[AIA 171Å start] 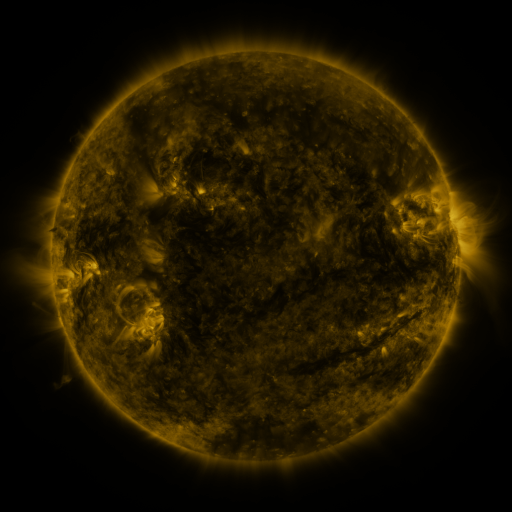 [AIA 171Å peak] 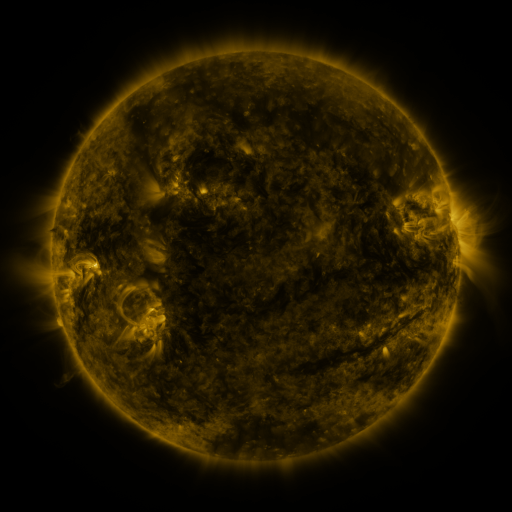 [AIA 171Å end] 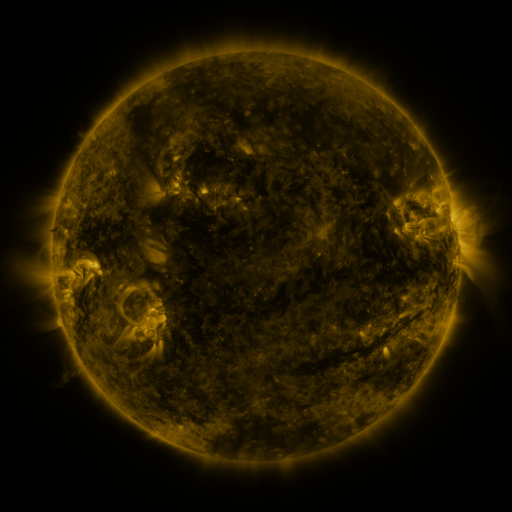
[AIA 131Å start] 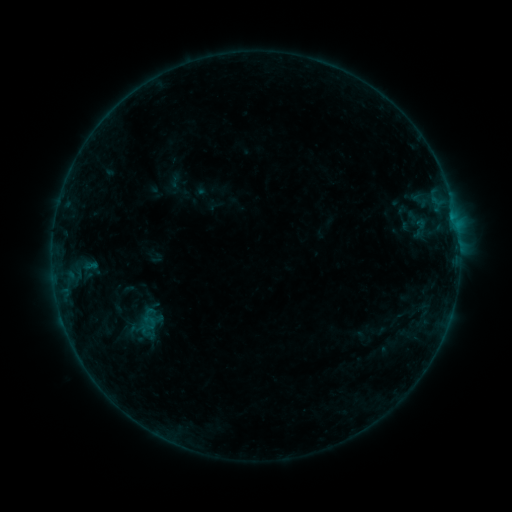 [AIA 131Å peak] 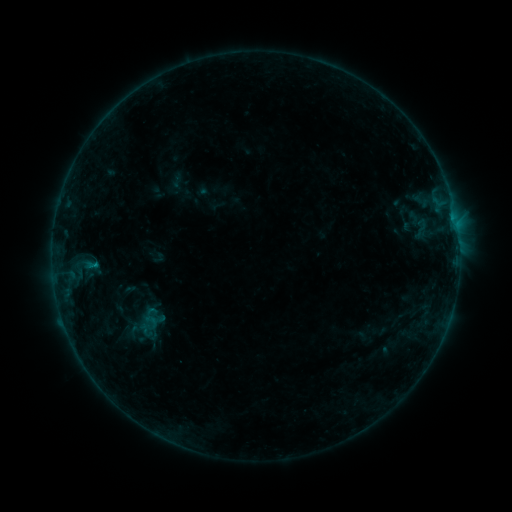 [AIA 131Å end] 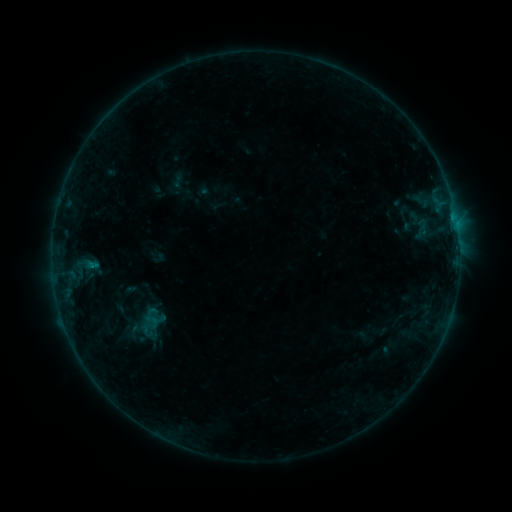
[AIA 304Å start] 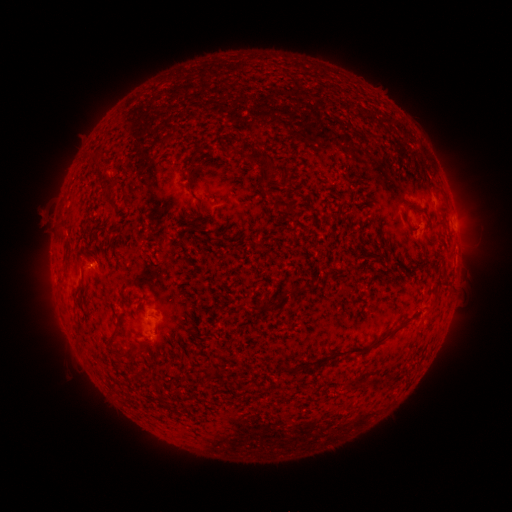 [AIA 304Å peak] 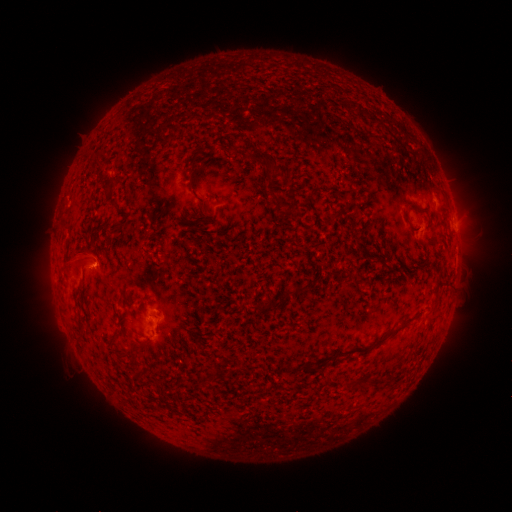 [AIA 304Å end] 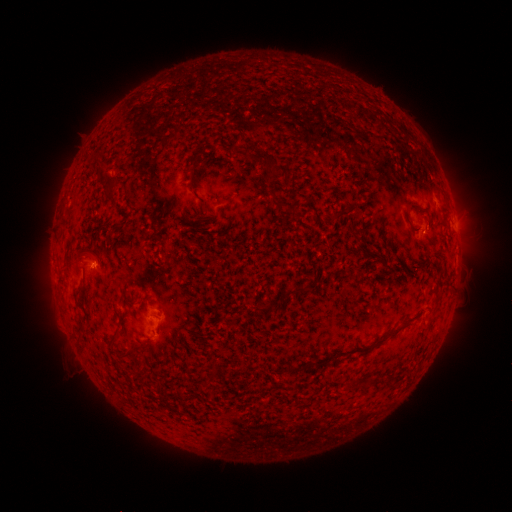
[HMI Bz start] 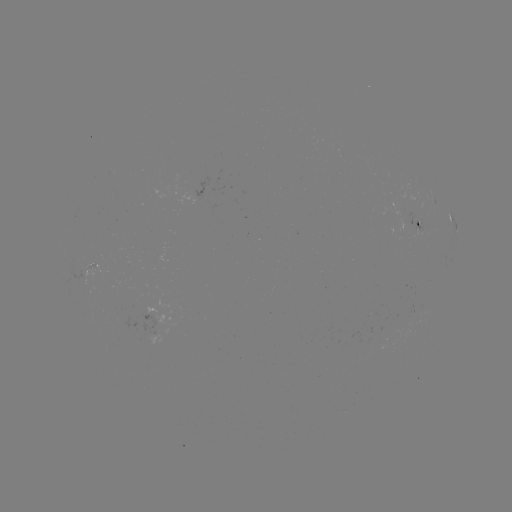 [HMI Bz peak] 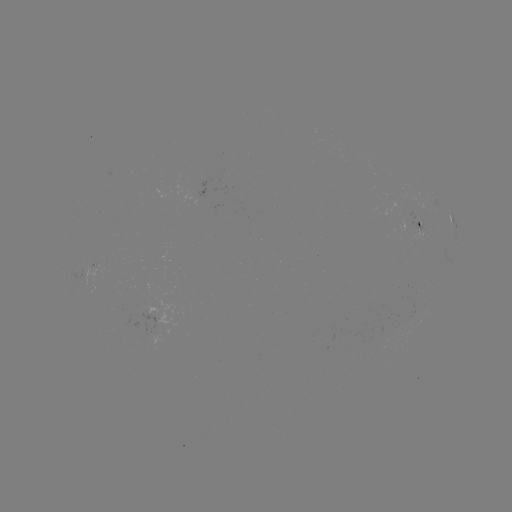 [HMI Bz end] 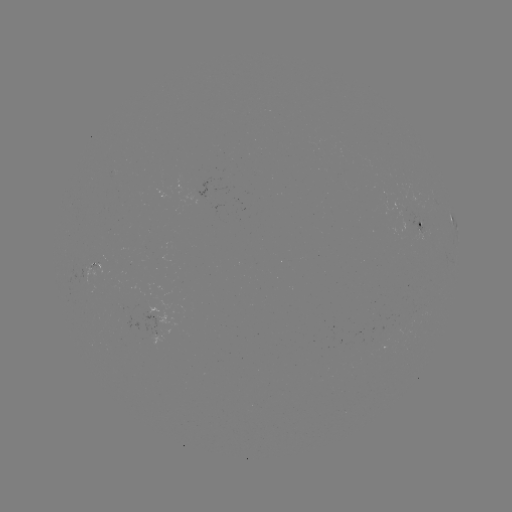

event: emerging-flux region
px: (149, 311)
